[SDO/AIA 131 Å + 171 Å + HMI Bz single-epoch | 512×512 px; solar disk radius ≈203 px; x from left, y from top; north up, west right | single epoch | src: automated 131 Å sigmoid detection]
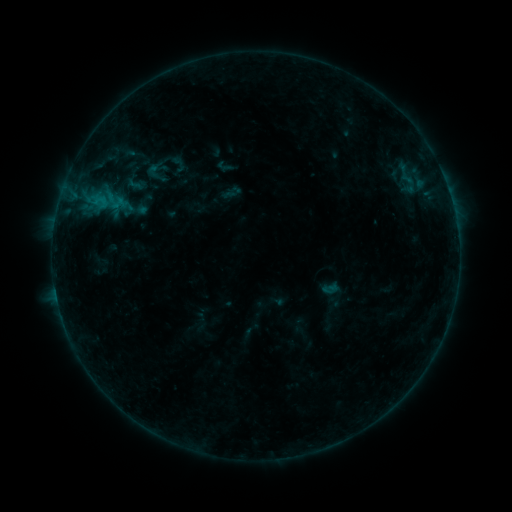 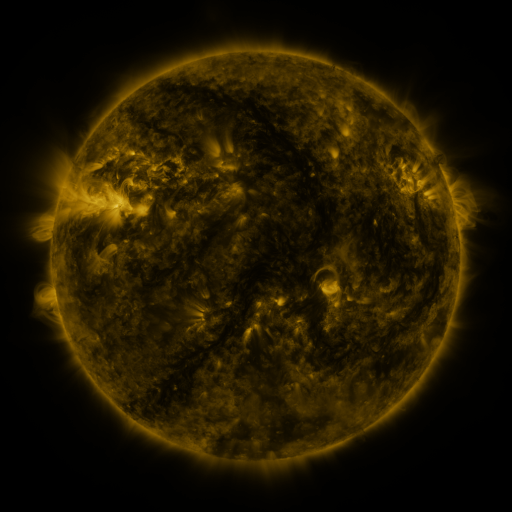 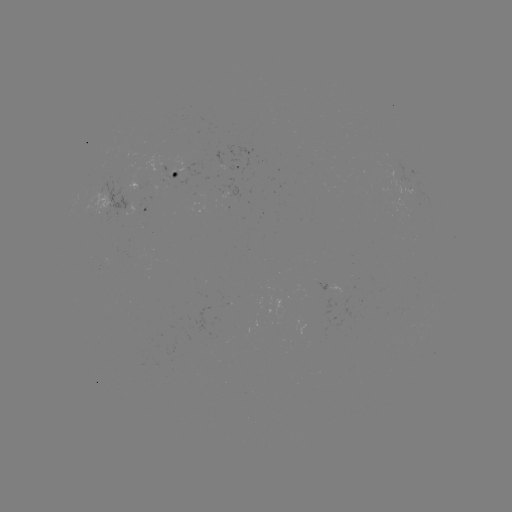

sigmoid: <bbox>144, 162, 168, 186</bbox>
